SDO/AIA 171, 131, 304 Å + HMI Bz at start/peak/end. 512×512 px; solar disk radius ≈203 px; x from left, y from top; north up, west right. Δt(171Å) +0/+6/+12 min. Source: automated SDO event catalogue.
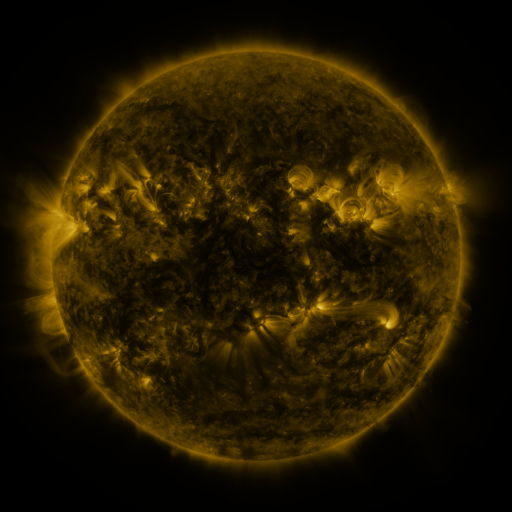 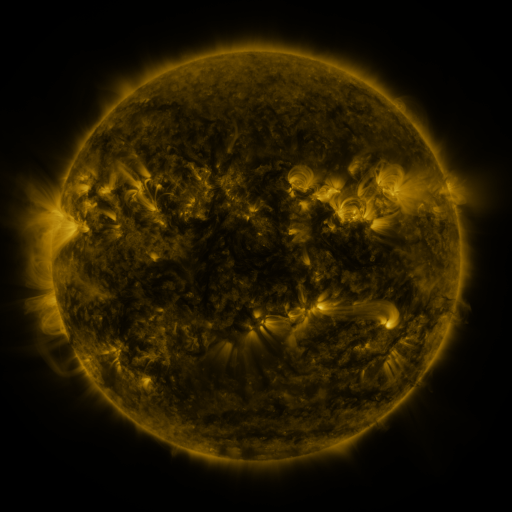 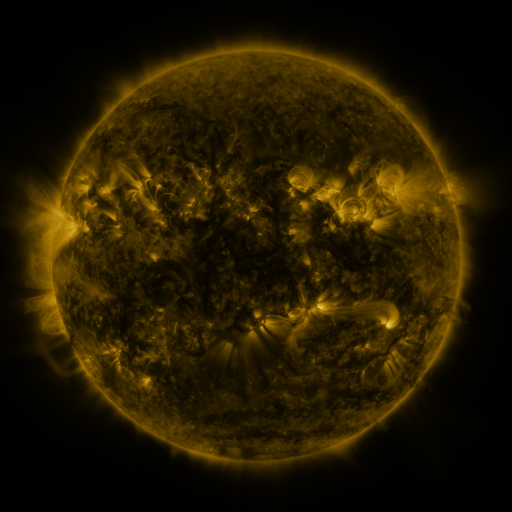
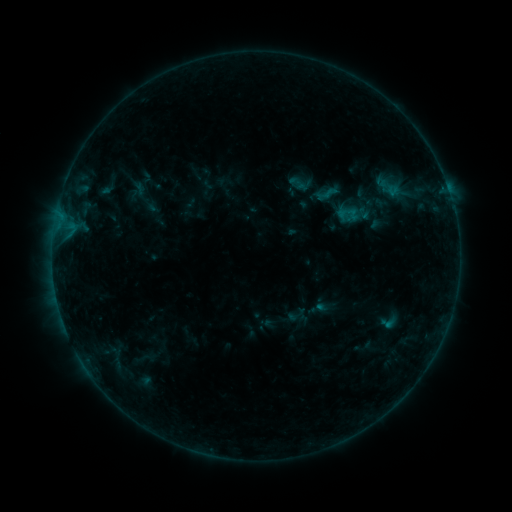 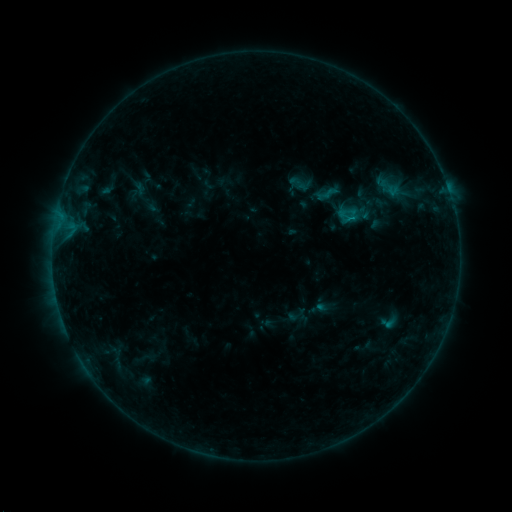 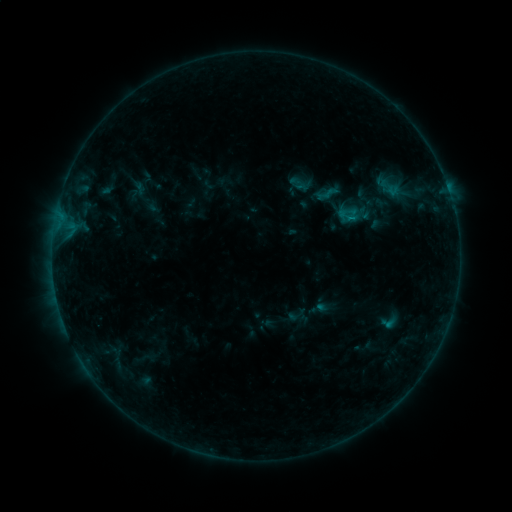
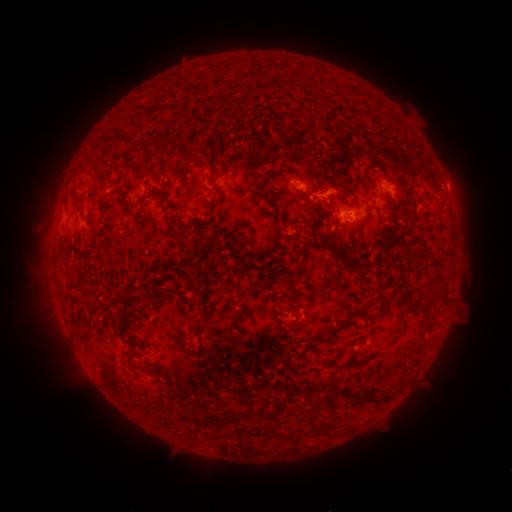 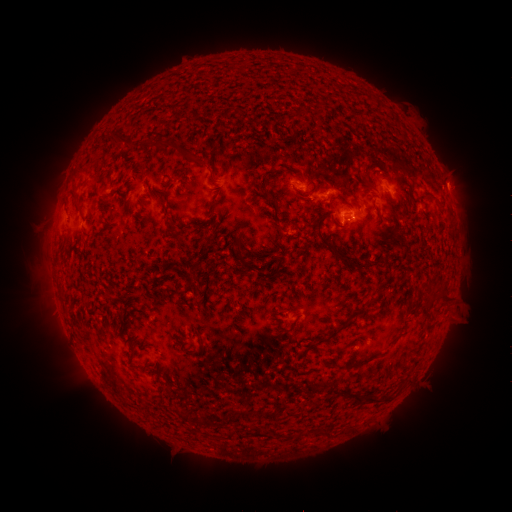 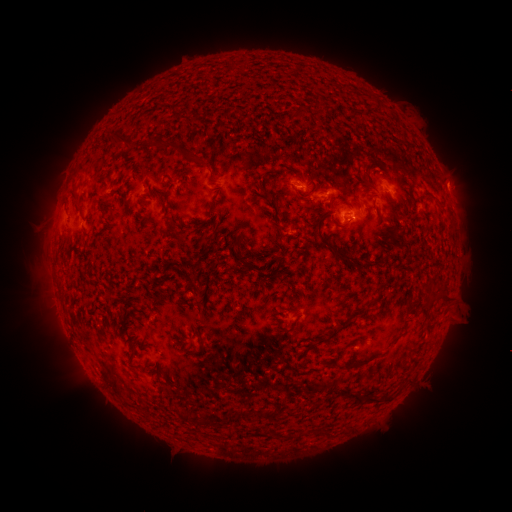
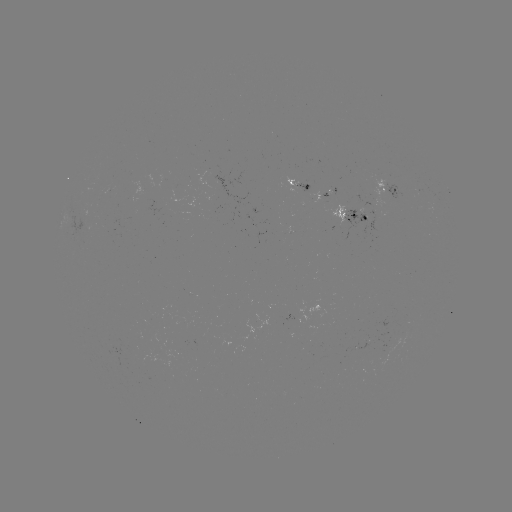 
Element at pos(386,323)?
B4.6 flare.